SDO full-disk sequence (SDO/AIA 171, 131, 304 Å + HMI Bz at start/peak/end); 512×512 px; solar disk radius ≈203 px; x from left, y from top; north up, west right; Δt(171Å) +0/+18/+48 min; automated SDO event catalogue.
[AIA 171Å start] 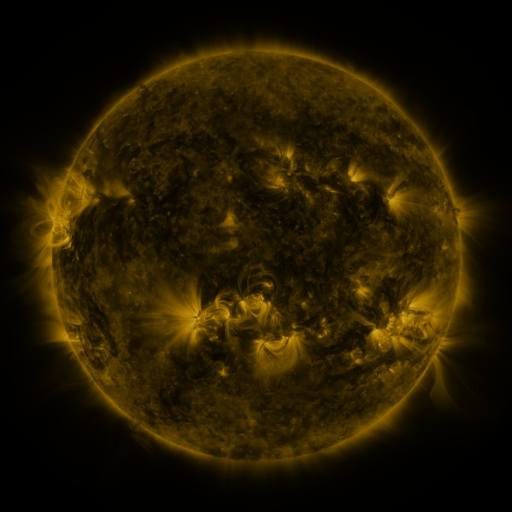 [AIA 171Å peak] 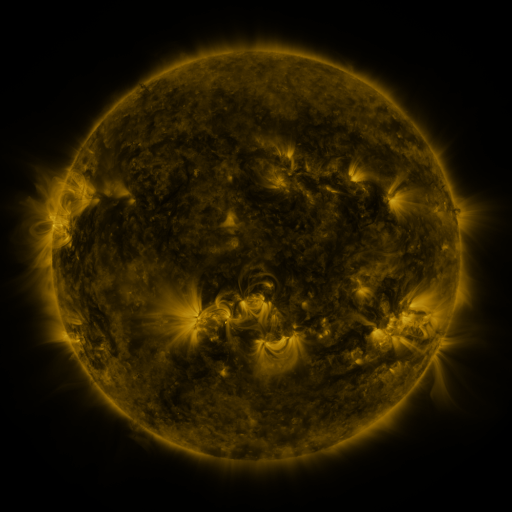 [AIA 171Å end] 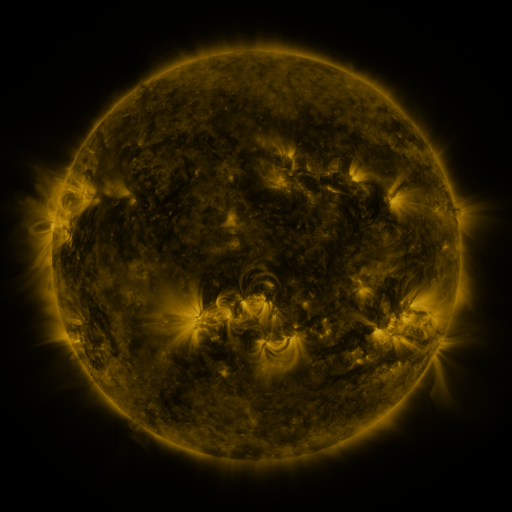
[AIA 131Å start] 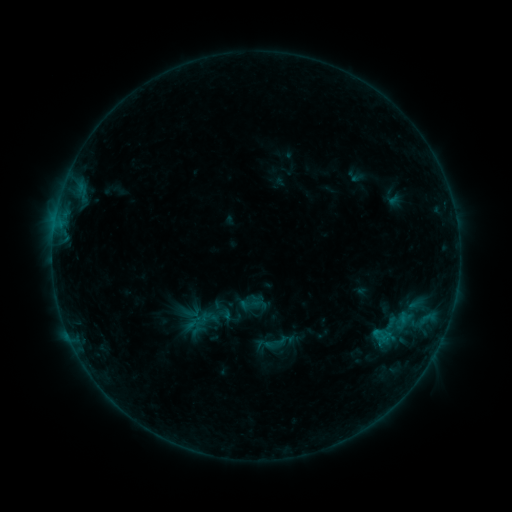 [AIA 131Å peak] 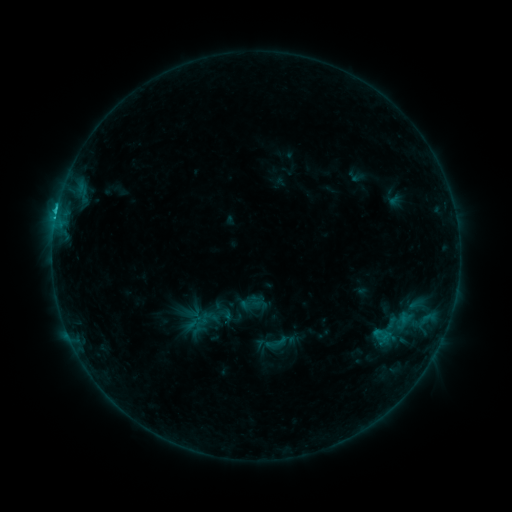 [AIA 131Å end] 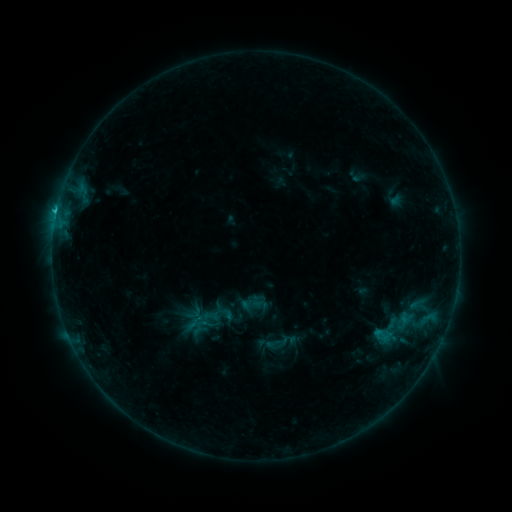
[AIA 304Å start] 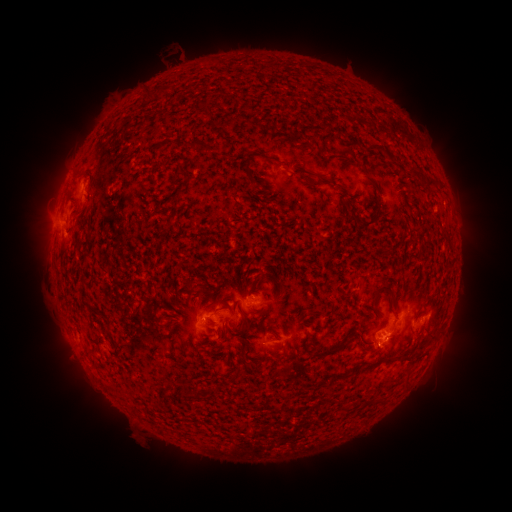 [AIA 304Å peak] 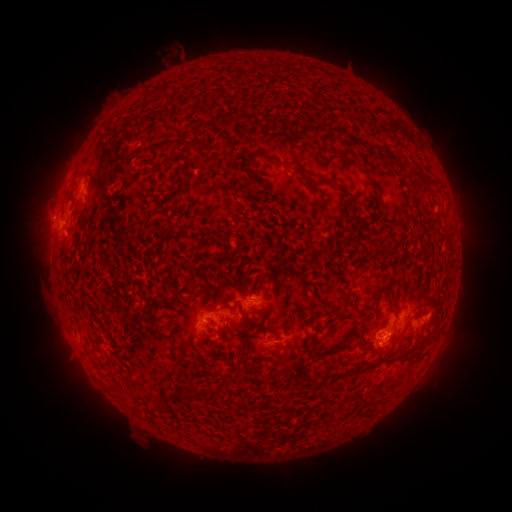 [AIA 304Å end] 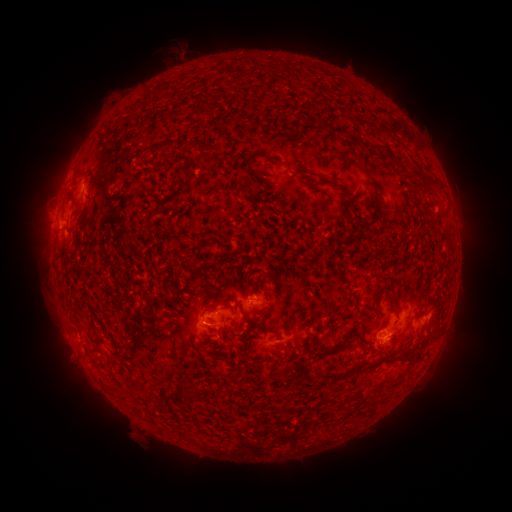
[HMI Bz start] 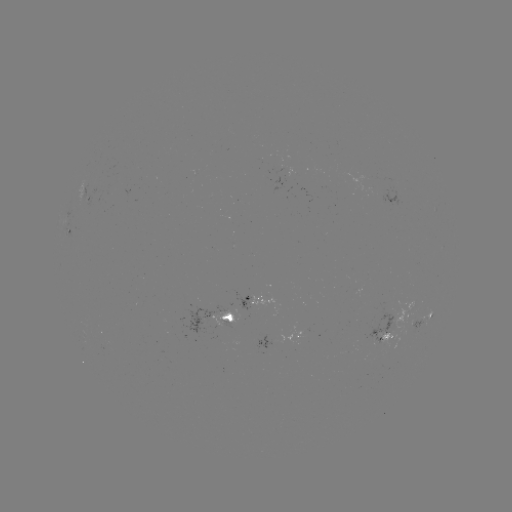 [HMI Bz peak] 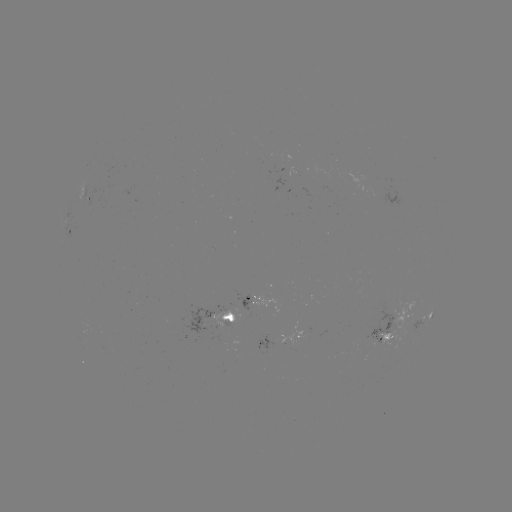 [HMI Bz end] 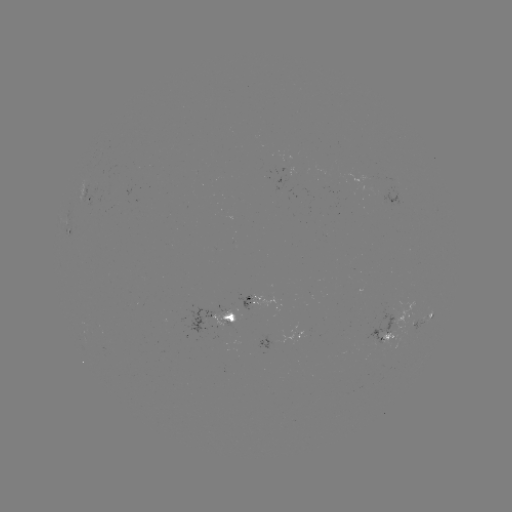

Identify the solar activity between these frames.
C2.3 flare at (57, 213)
